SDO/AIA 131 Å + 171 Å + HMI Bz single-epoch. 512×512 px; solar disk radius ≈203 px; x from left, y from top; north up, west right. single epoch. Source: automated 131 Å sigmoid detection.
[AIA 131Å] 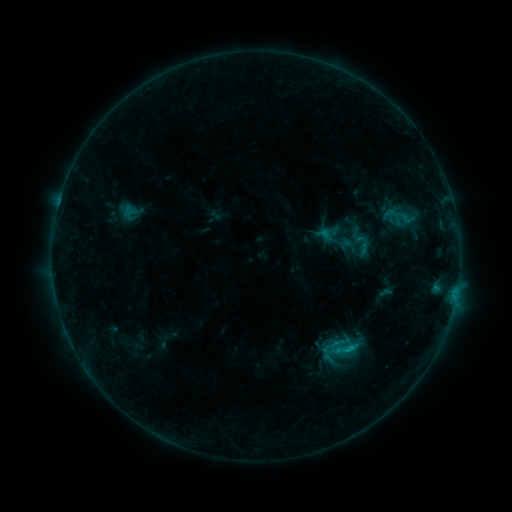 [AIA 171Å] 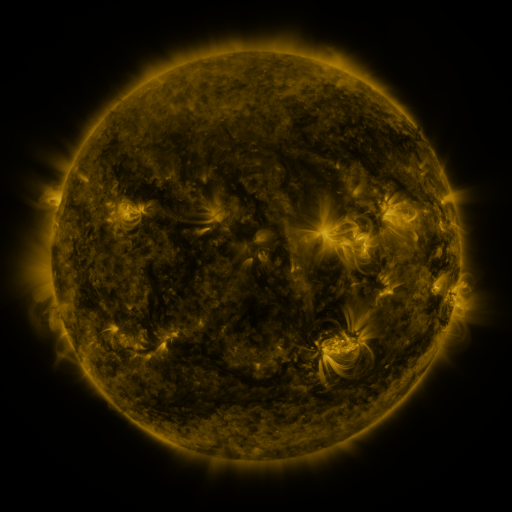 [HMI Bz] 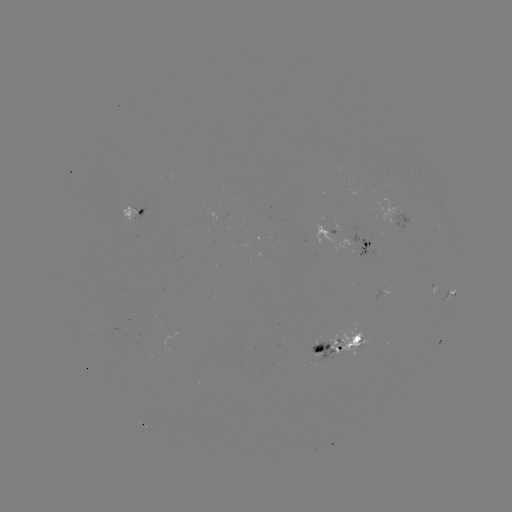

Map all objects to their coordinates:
sigmoid: (362, 242)
